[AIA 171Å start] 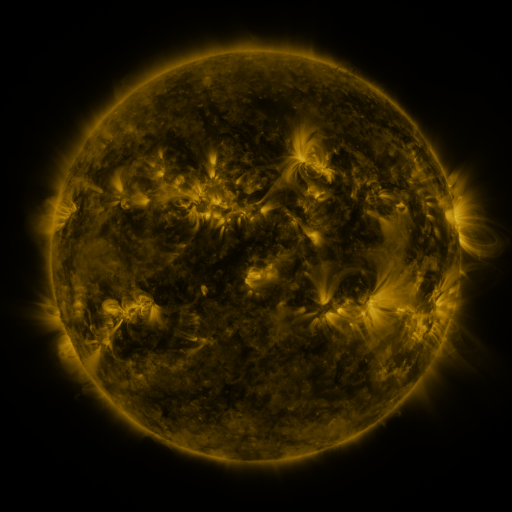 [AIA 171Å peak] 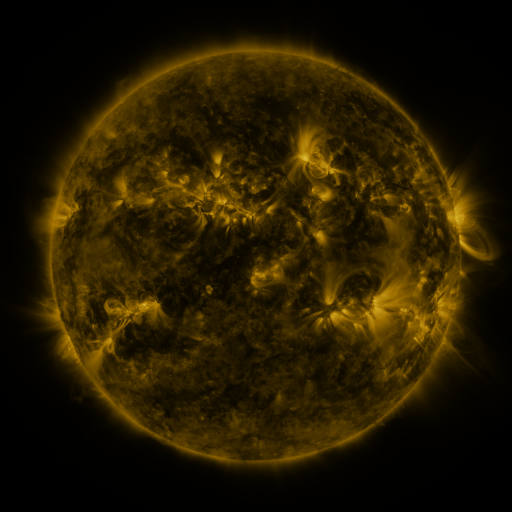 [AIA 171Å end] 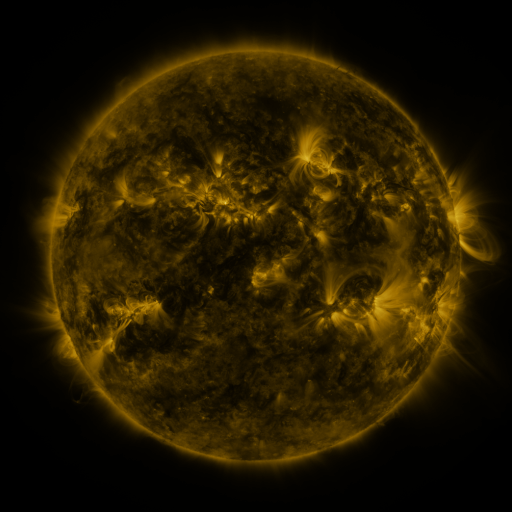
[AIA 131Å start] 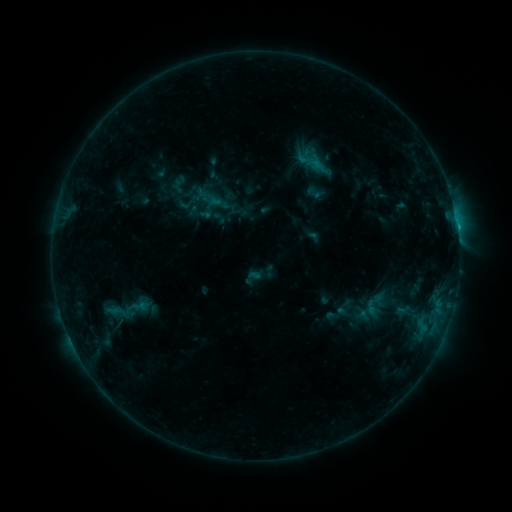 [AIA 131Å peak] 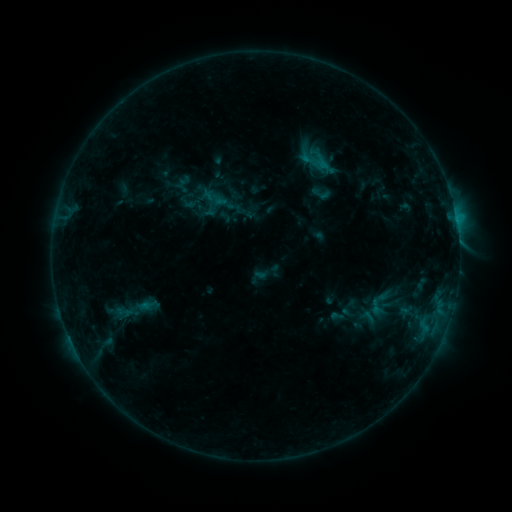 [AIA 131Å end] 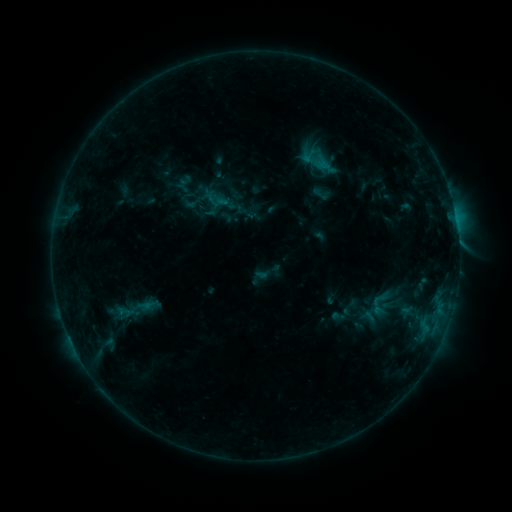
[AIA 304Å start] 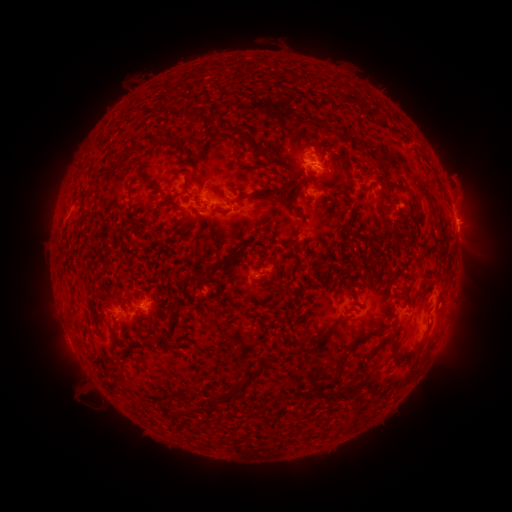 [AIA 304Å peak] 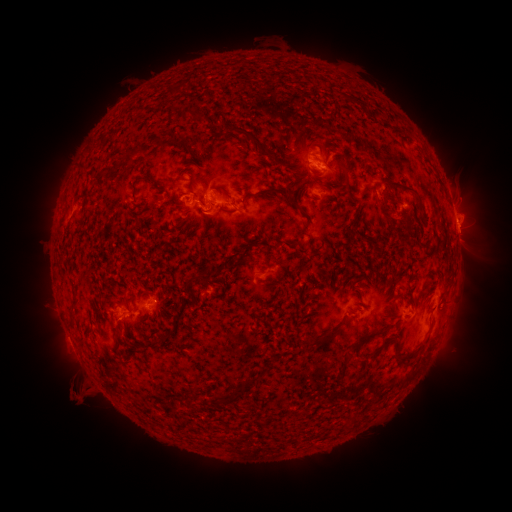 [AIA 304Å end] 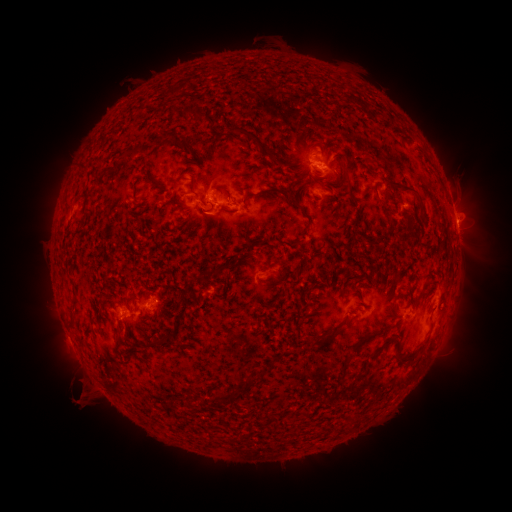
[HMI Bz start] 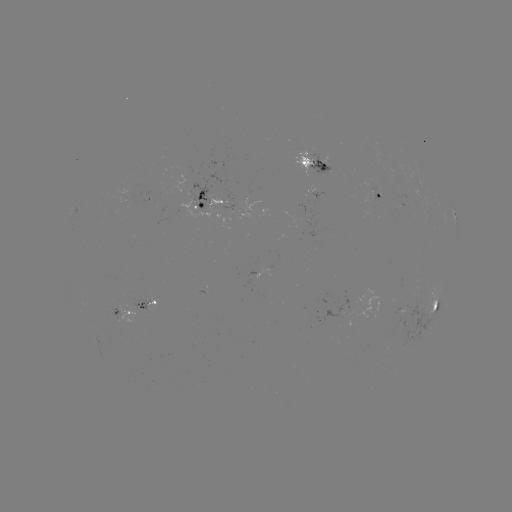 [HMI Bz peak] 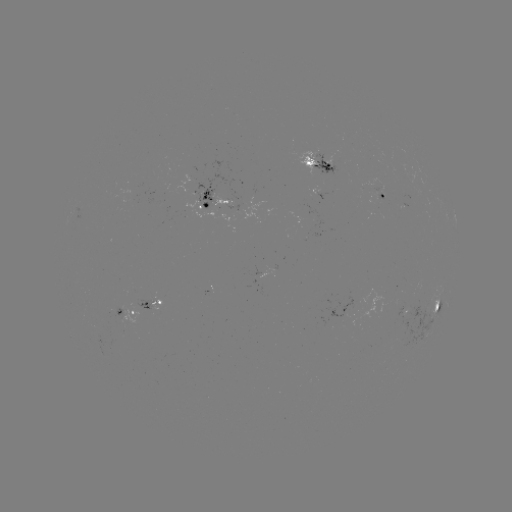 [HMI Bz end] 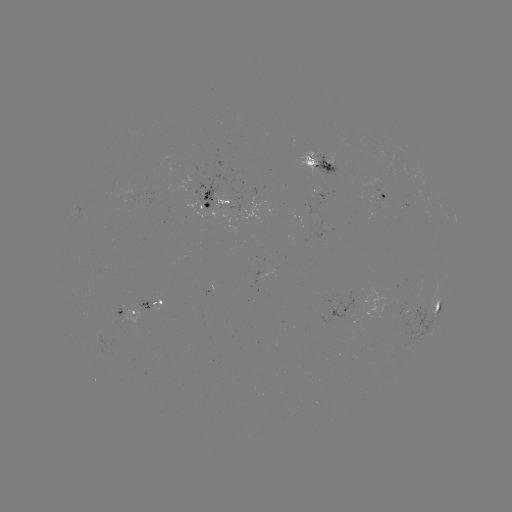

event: emerging-flux region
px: (402, 311)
